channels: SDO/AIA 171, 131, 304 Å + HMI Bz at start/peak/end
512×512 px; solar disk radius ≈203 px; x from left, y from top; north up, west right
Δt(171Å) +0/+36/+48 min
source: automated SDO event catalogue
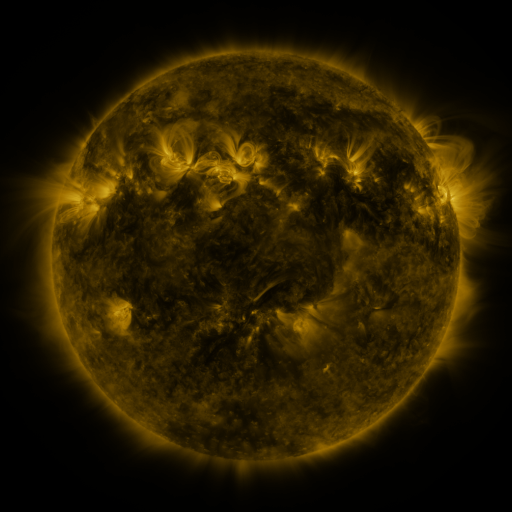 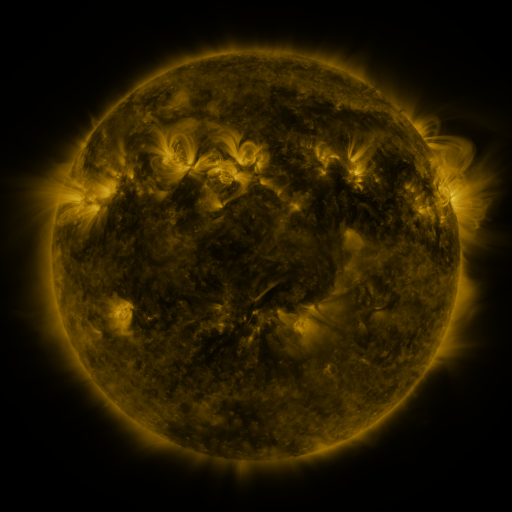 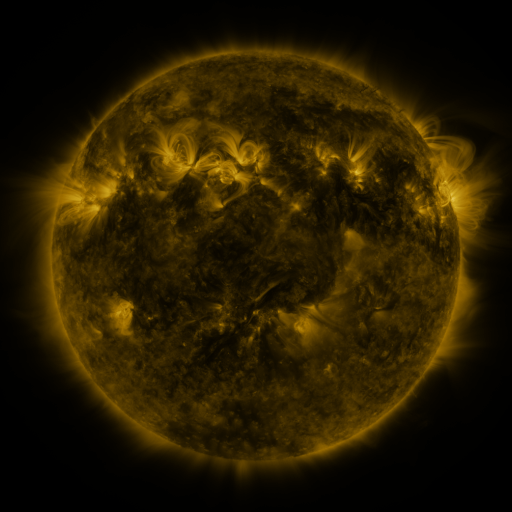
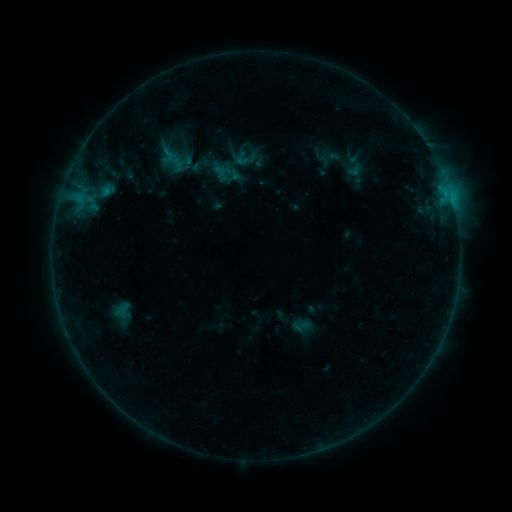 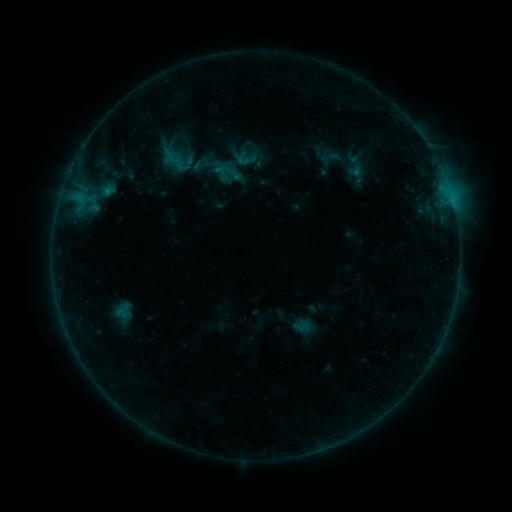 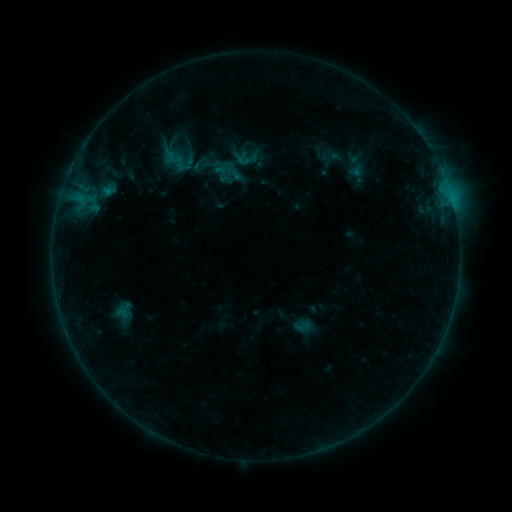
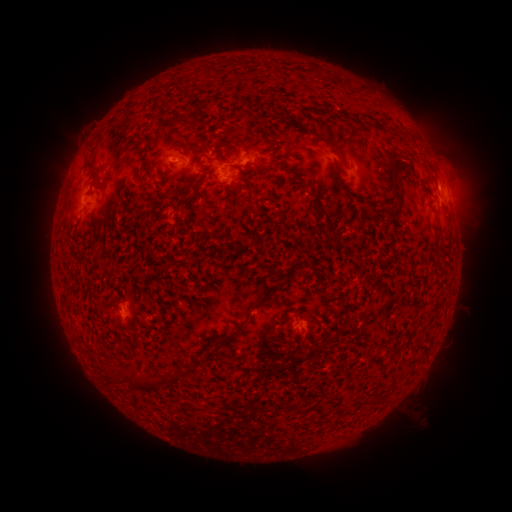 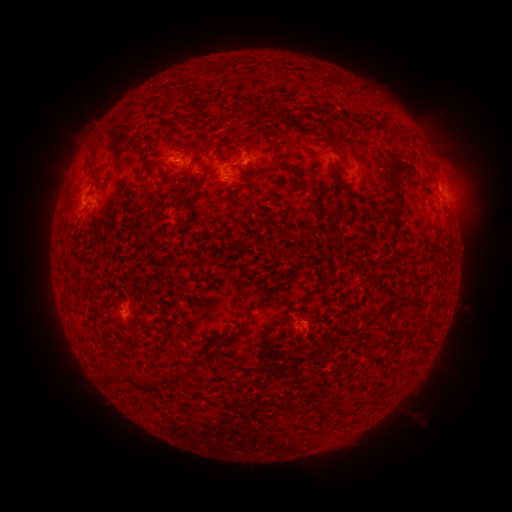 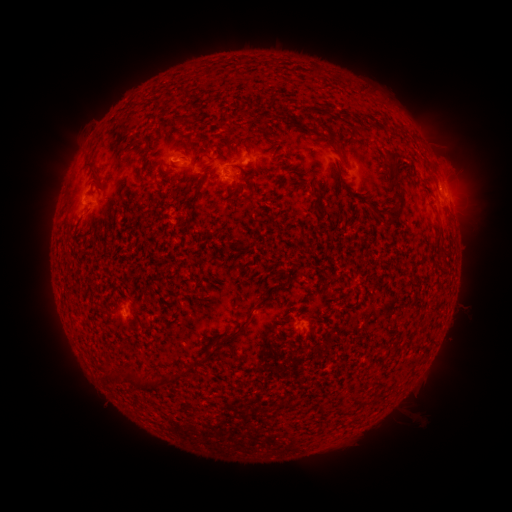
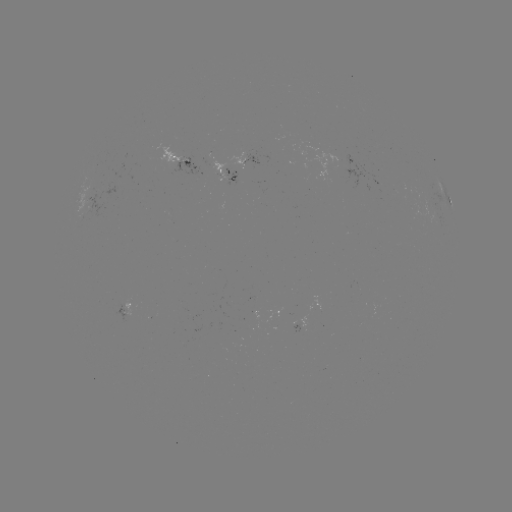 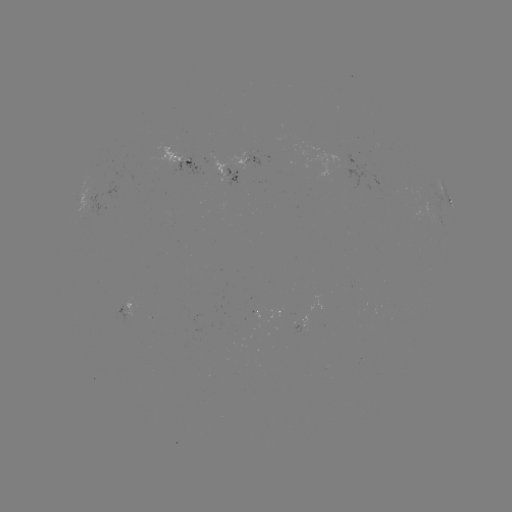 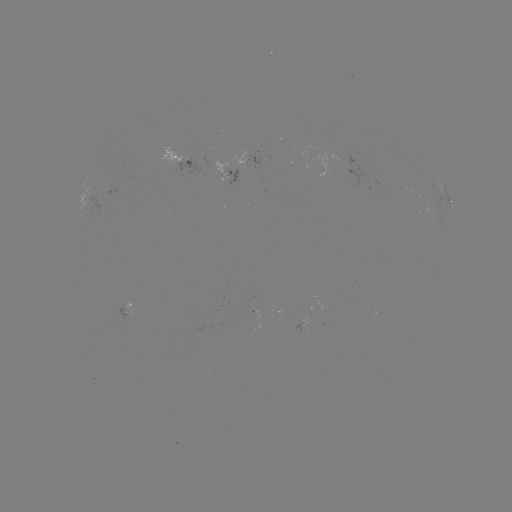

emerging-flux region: <bbox>213, 161, 229, 174</bbox>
